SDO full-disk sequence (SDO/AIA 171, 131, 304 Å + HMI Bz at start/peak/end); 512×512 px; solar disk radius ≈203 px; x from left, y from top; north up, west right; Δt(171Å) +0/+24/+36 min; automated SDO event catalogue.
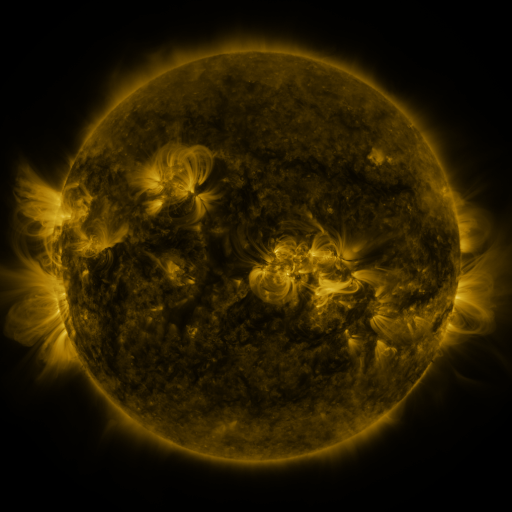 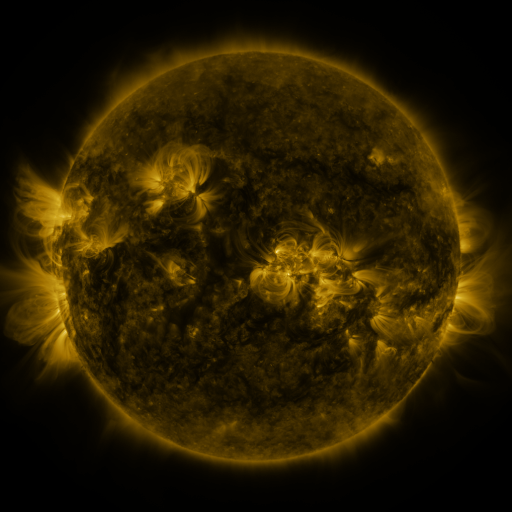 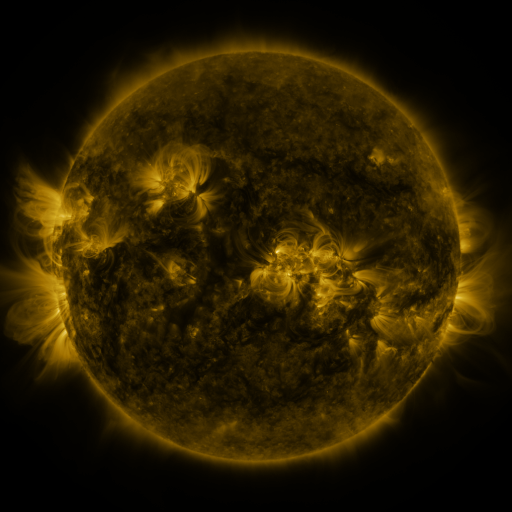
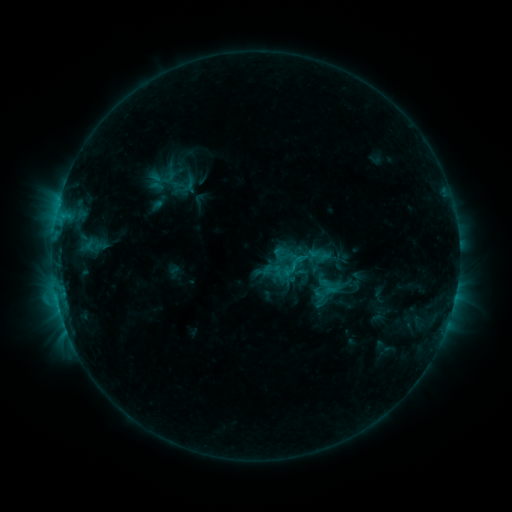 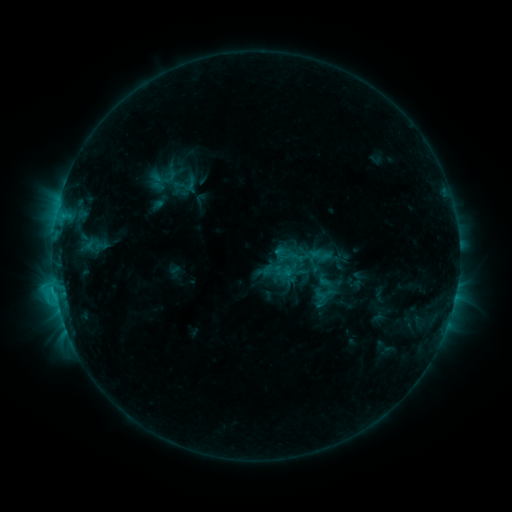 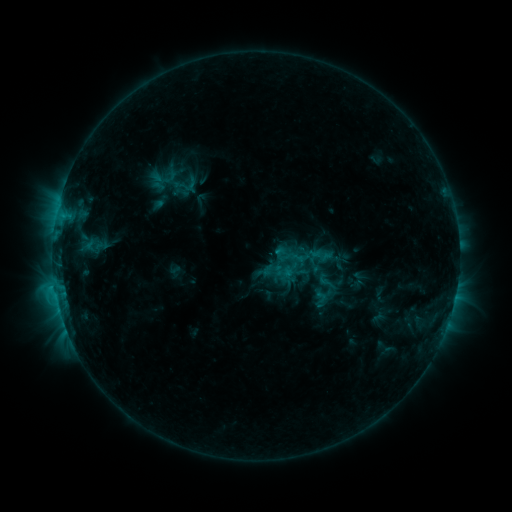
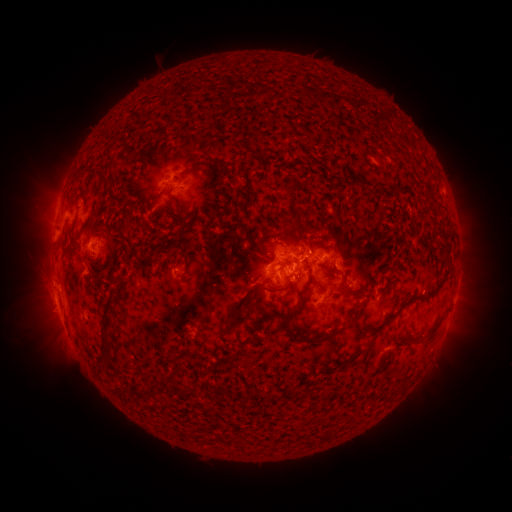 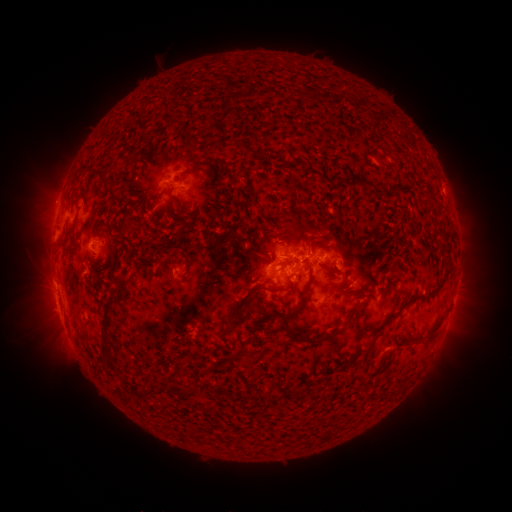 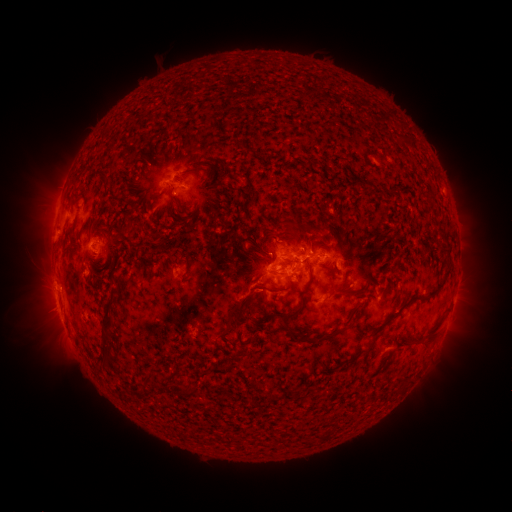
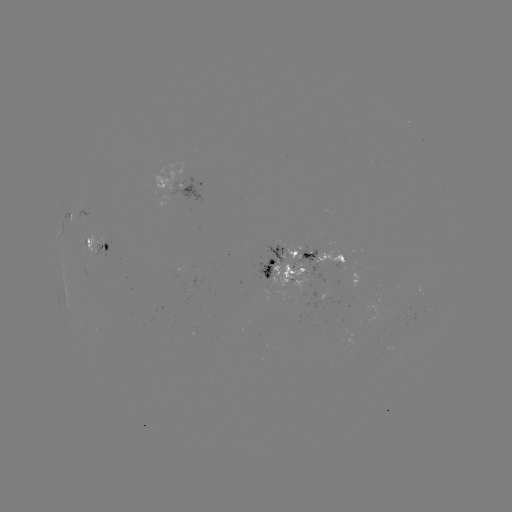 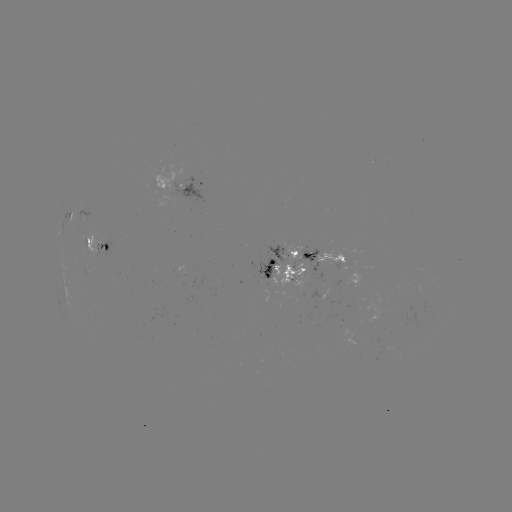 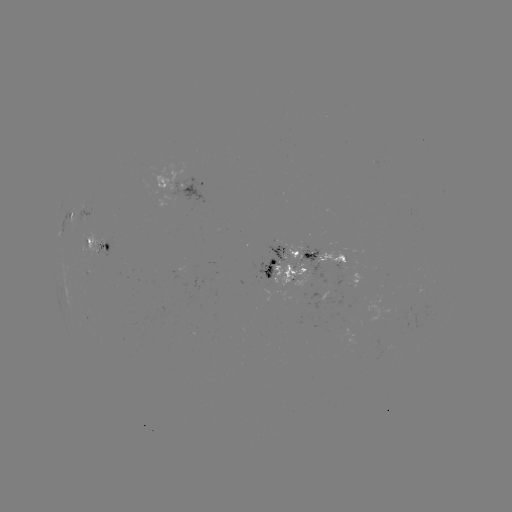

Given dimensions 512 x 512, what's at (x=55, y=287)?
C2.0 flare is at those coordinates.